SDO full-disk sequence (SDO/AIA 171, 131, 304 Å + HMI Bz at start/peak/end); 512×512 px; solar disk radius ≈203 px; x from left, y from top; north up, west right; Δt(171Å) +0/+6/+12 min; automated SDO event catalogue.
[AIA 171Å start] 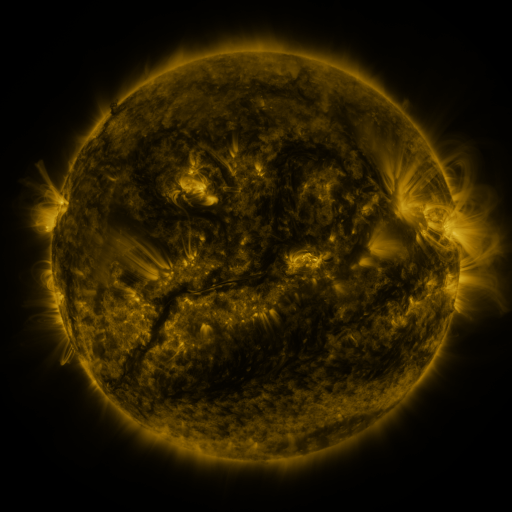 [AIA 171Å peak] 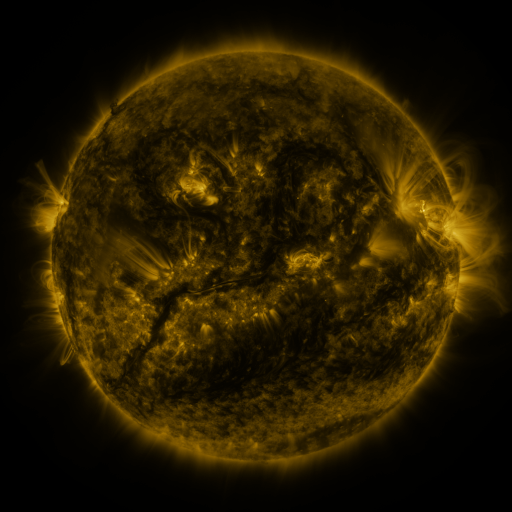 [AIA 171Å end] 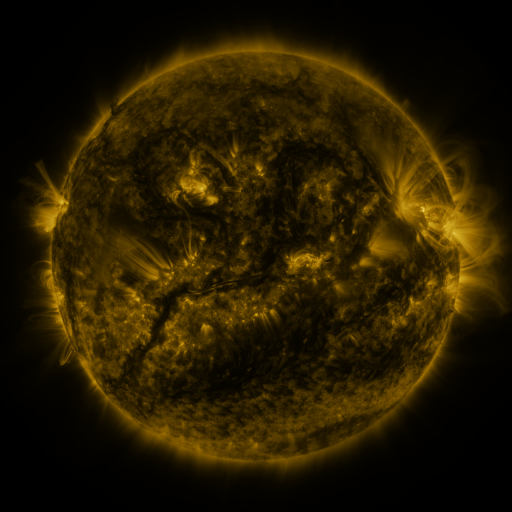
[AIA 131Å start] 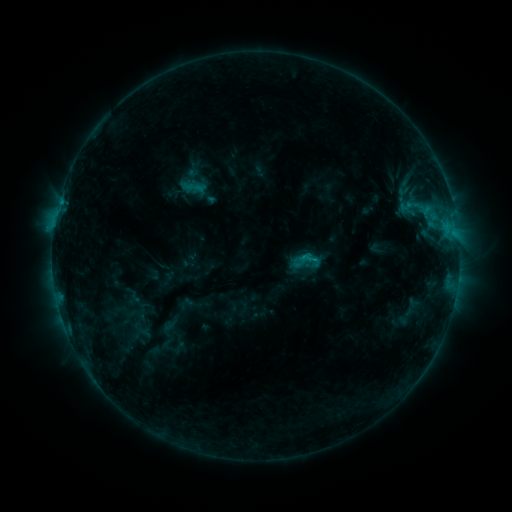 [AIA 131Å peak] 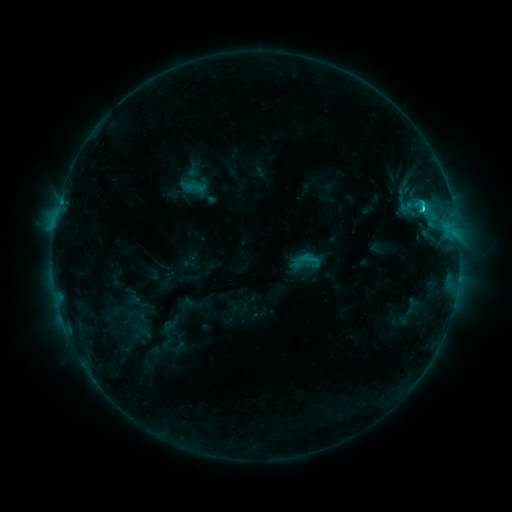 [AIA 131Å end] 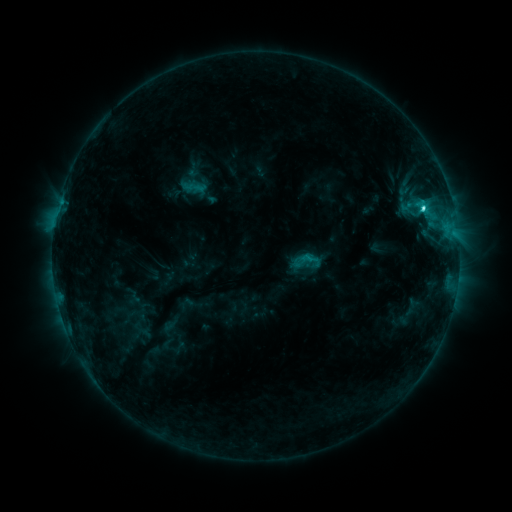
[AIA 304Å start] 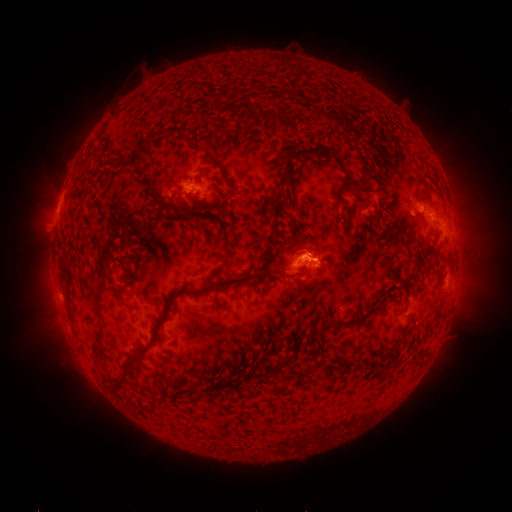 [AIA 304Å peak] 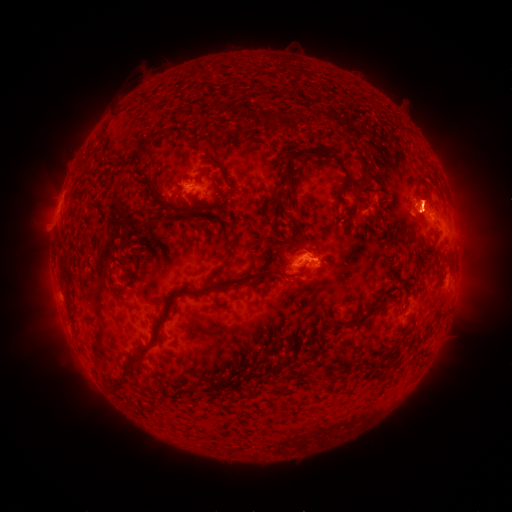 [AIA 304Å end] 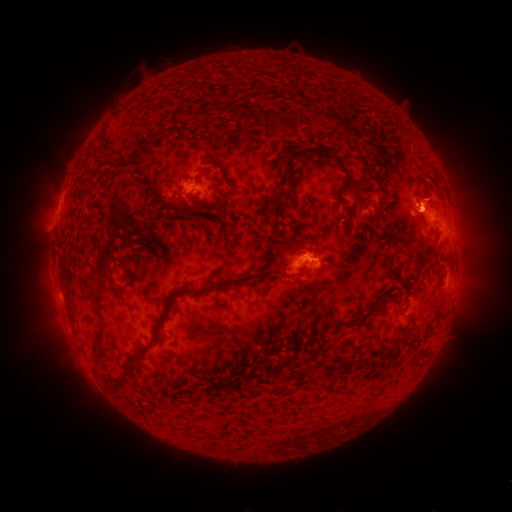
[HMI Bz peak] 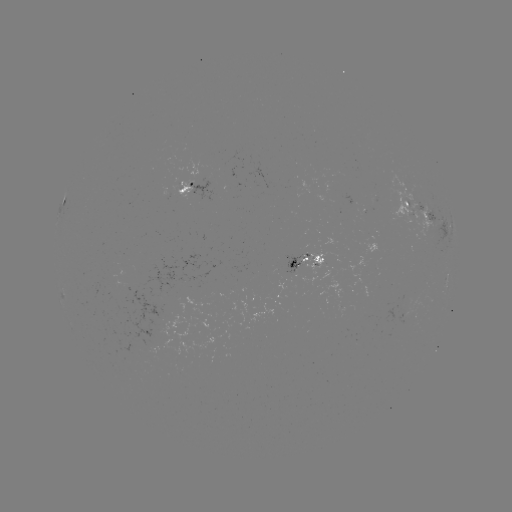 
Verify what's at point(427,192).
eruption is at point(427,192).